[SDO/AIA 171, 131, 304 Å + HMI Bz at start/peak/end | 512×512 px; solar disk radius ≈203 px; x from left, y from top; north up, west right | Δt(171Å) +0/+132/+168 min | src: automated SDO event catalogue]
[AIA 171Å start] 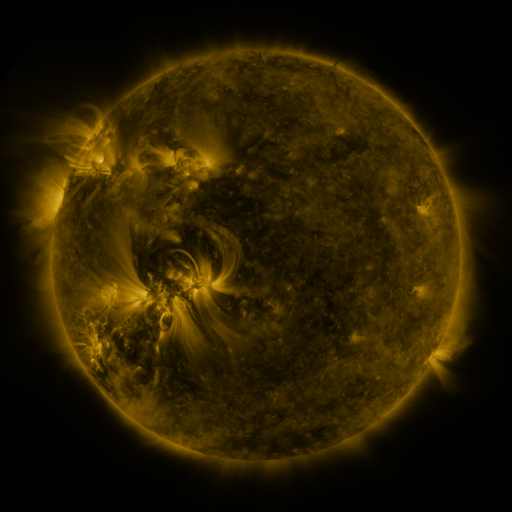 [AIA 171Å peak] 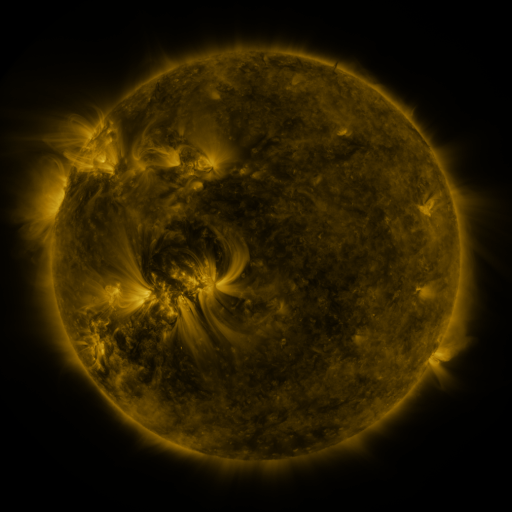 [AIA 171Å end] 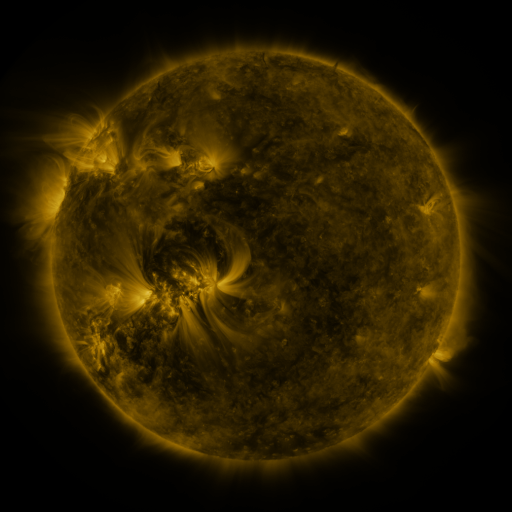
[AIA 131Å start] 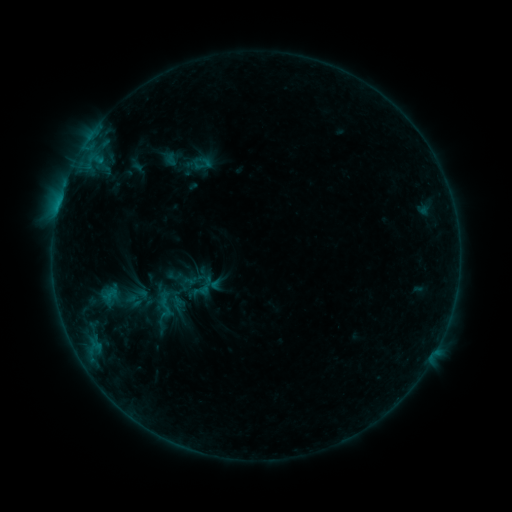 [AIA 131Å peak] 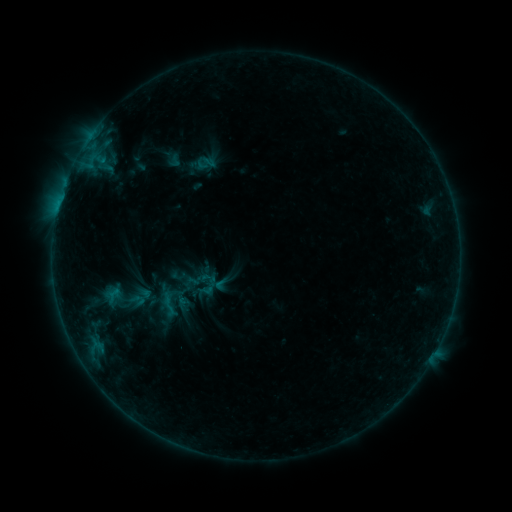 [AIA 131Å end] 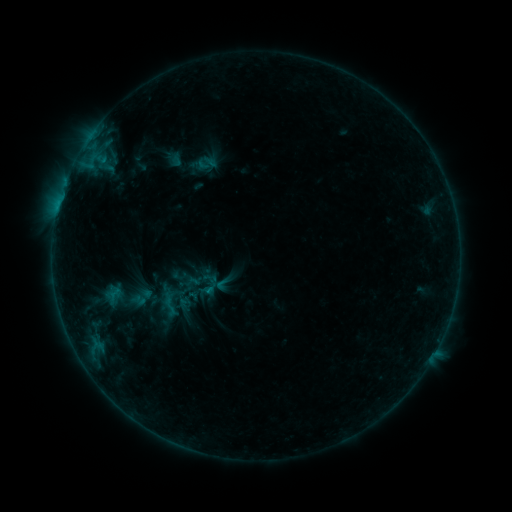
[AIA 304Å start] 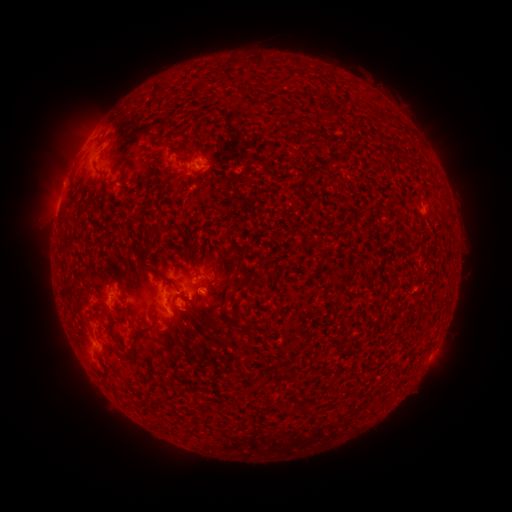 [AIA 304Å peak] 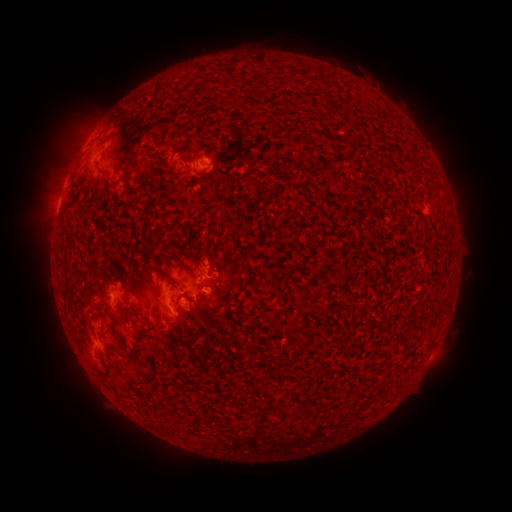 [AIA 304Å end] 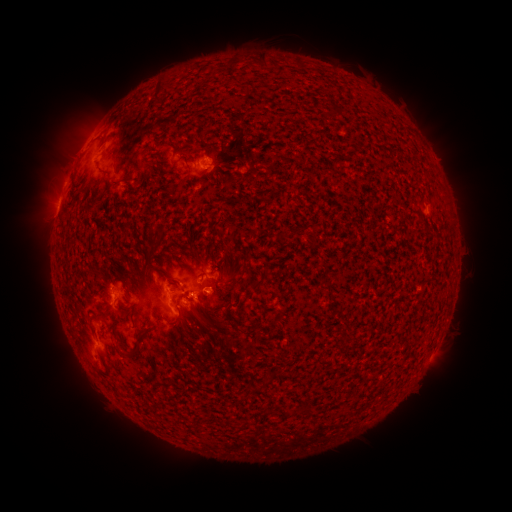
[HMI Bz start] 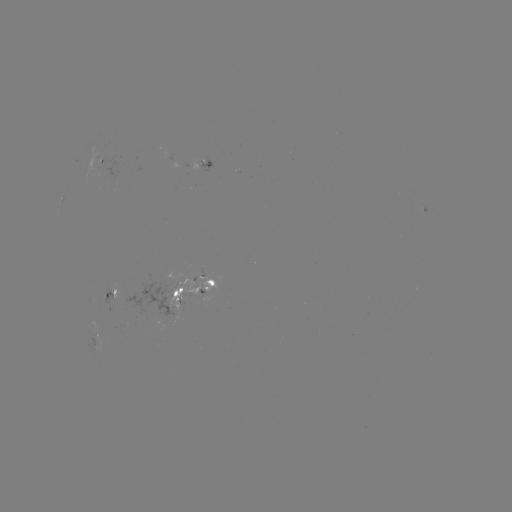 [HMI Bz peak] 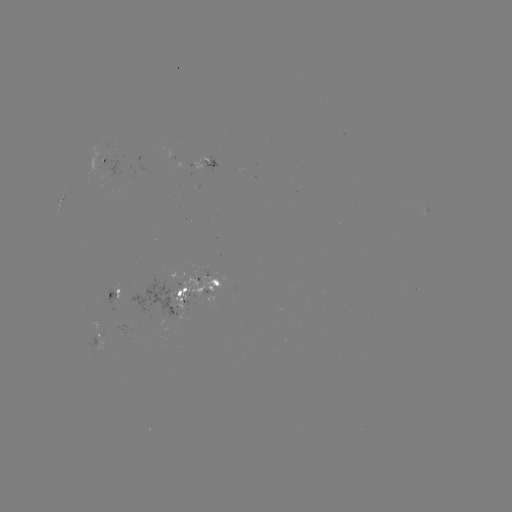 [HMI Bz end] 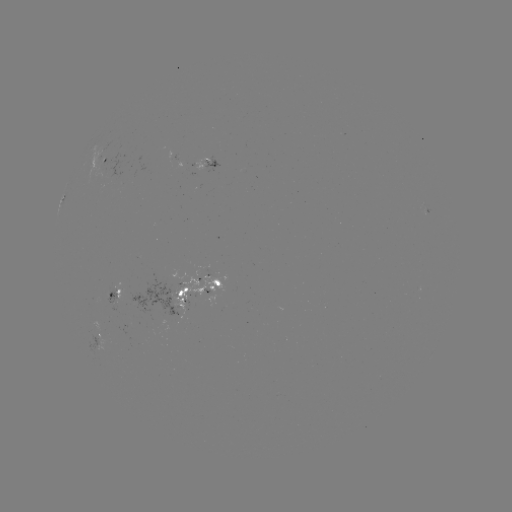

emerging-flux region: (169, 278, 207, 309)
